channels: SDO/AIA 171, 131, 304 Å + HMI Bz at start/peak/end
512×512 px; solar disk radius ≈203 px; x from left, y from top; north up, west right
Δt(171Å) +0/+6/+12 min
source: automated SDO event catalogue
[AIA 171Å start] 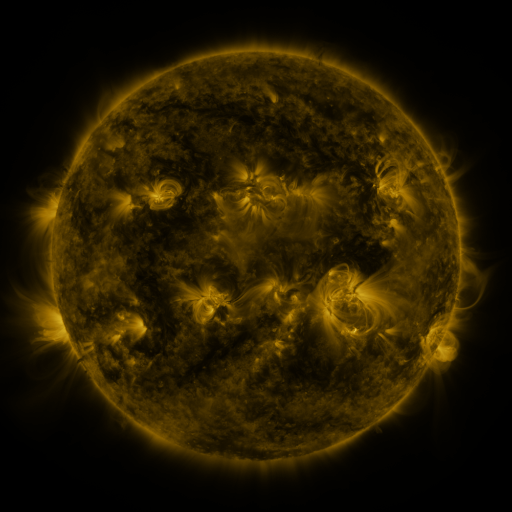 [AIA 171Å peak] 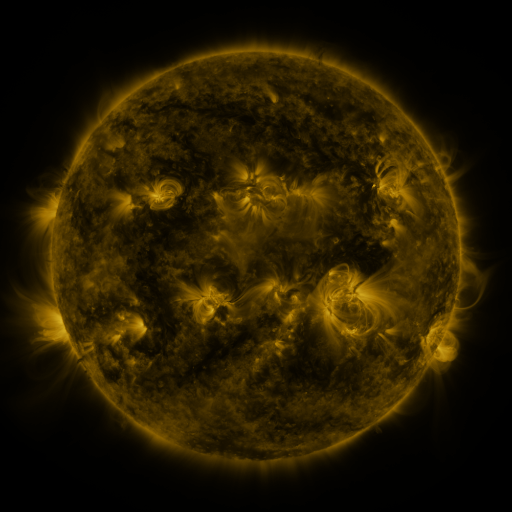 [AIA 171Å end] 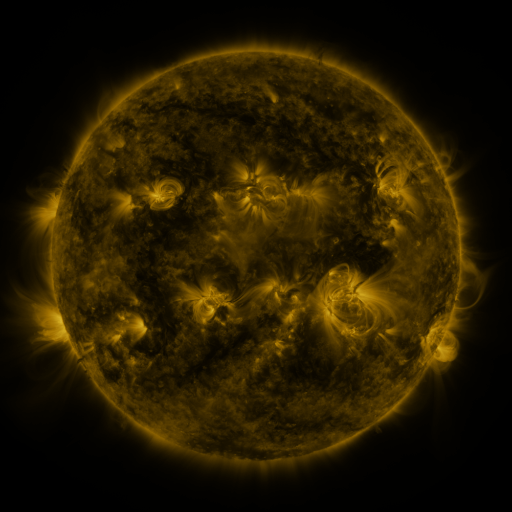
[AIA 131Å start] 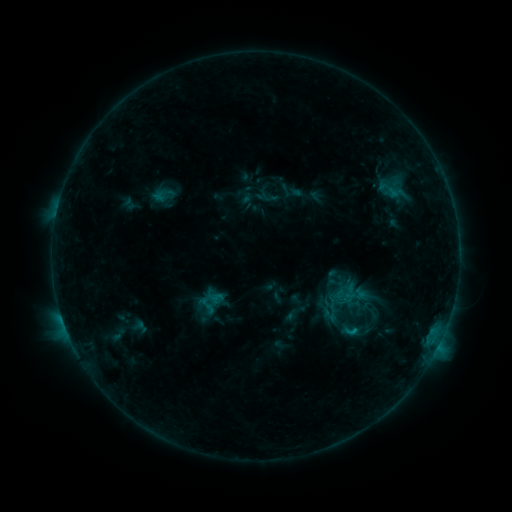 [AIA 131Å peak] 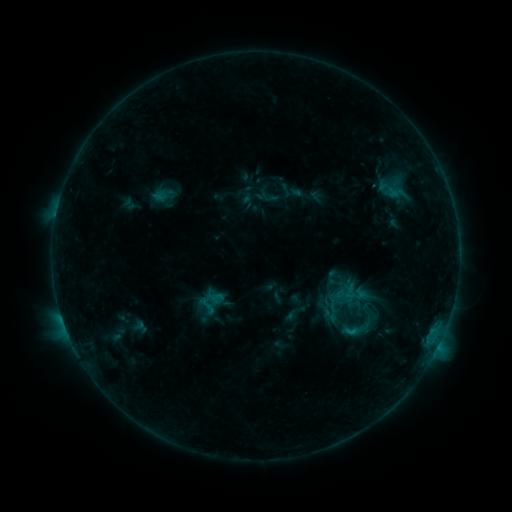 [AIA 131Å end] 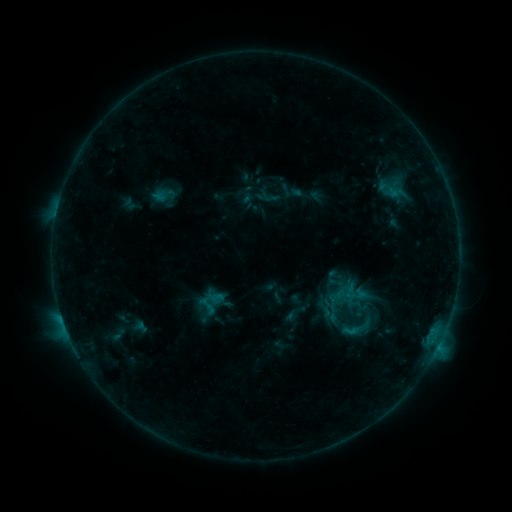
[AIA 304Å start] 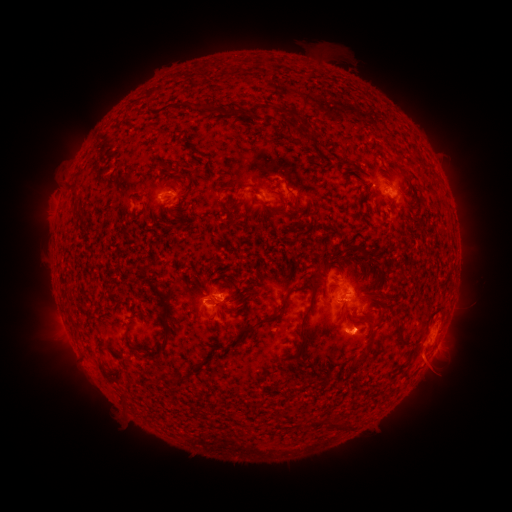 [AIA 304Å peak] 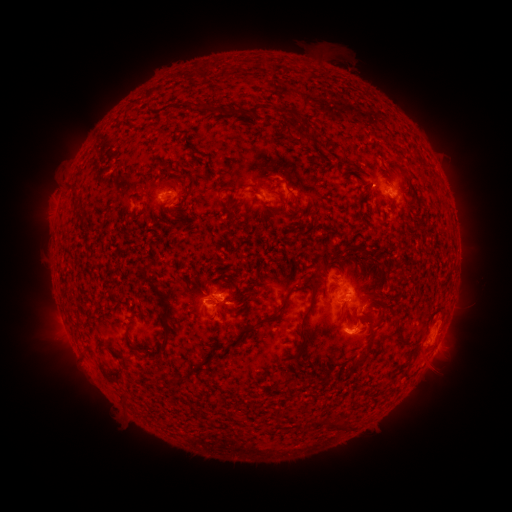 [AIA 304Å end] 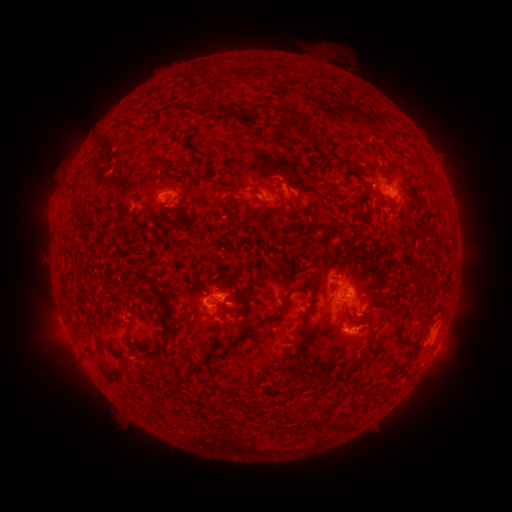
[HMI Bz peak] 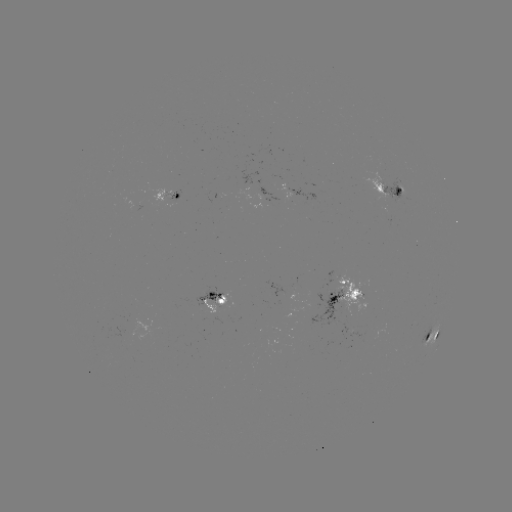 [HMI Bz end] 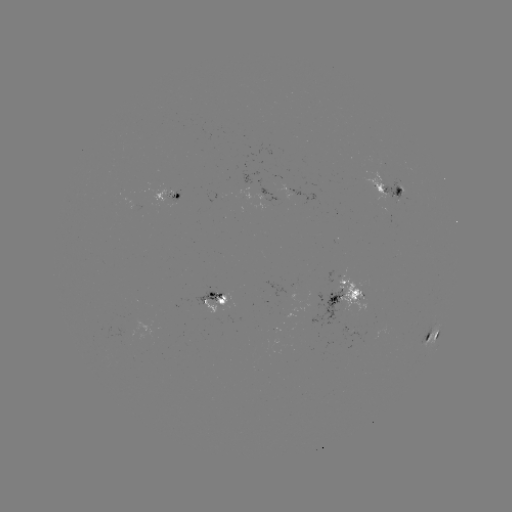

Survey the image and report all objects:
eruption: (369, 328)
